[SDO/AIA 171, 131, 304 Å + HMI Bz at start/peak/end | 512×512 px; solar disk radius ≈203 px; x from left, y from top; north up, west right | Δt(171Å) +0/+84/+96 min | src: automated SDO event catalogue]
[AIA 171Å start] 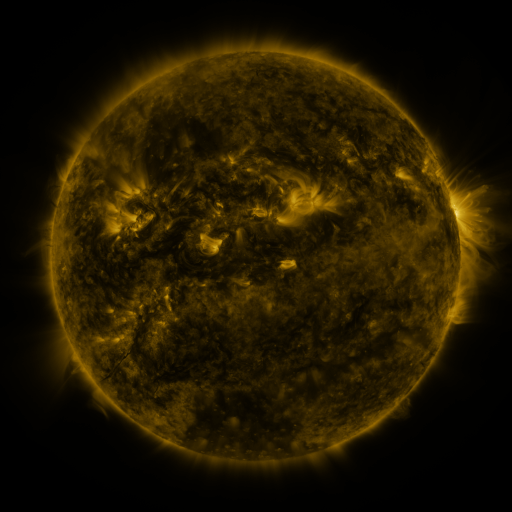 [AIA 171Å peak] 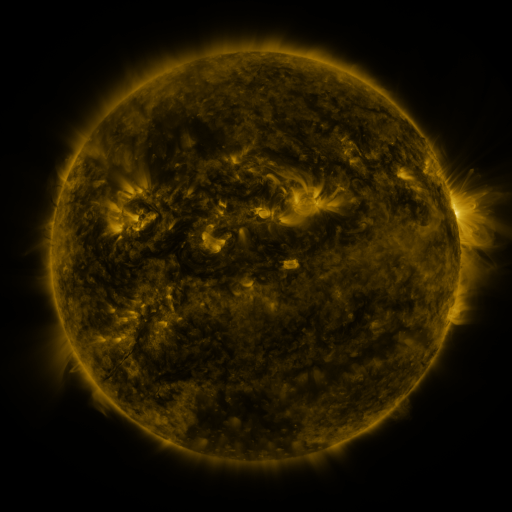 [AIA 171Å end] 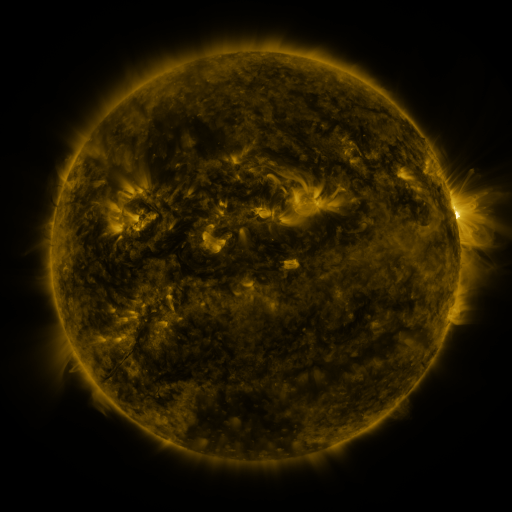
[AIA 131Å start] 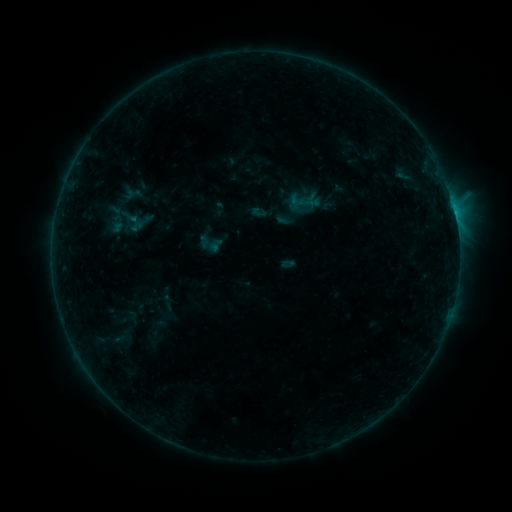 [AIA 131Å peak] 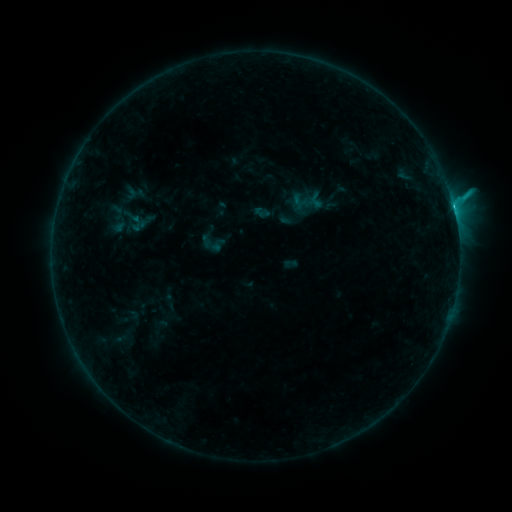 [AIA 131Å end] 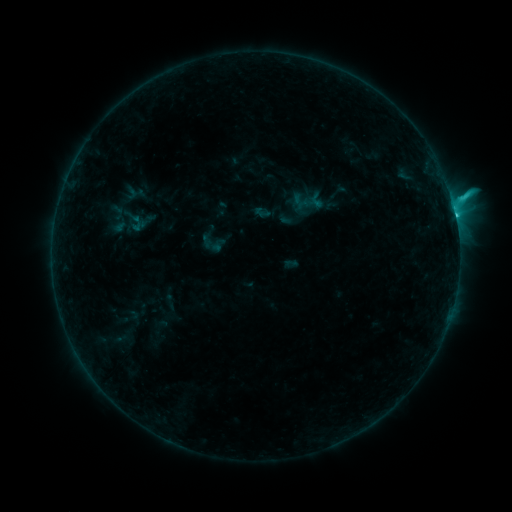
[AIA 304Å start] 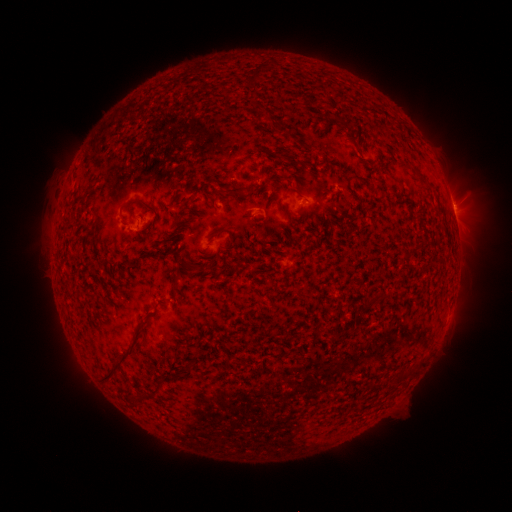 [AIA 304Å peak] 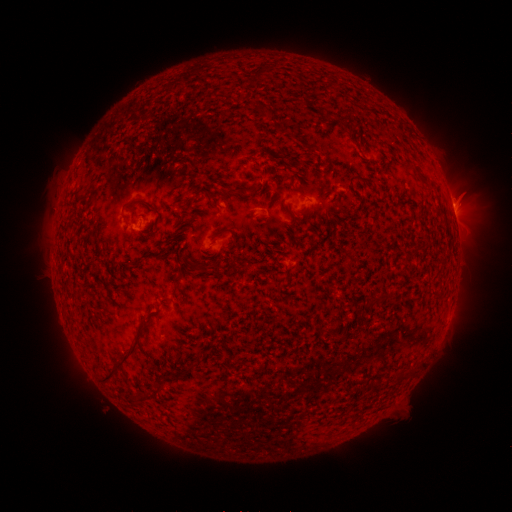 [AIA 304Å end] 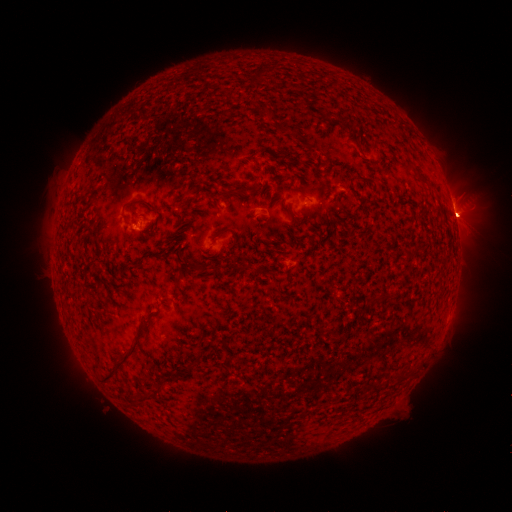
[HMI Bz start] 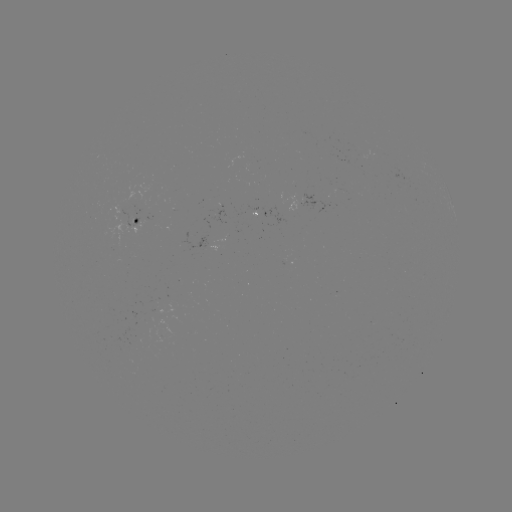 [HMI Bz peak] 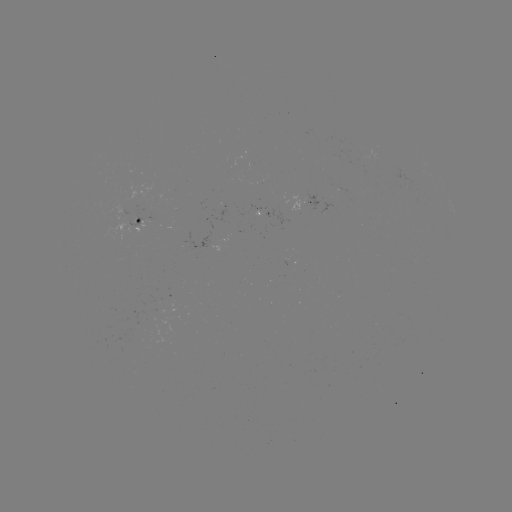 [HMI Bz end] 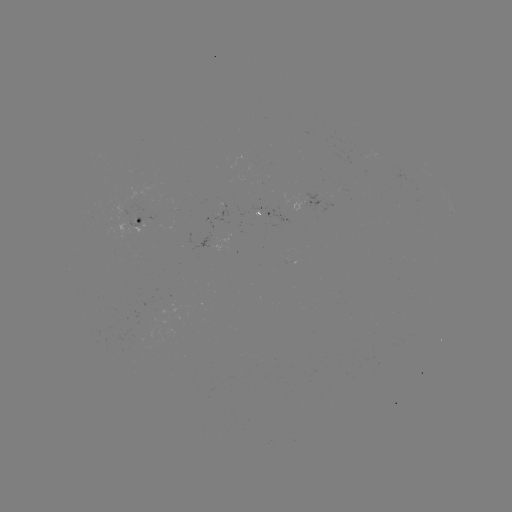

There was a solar emerging-flux region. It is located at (316, 203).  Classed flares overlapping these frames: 1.